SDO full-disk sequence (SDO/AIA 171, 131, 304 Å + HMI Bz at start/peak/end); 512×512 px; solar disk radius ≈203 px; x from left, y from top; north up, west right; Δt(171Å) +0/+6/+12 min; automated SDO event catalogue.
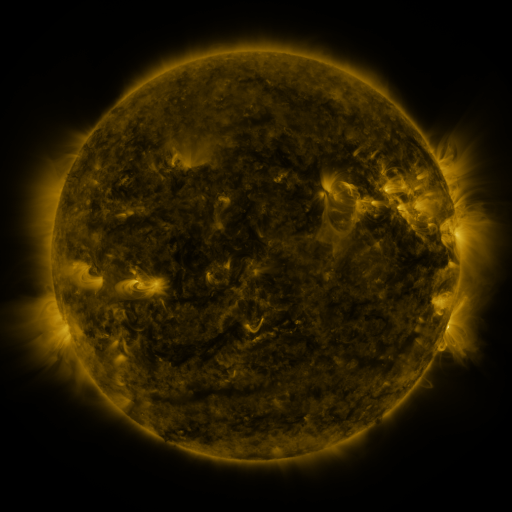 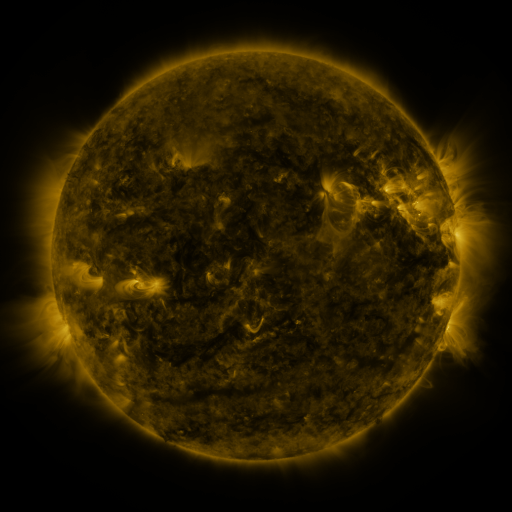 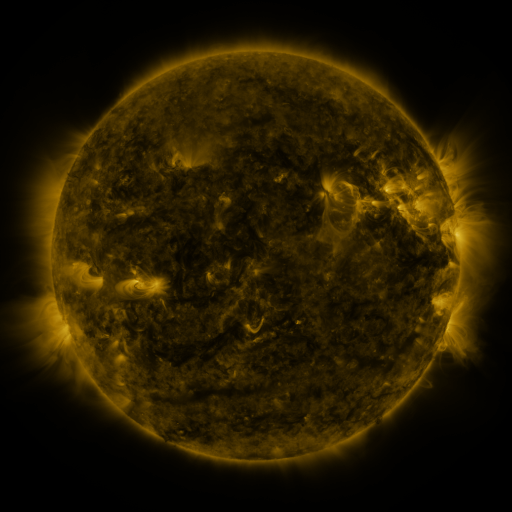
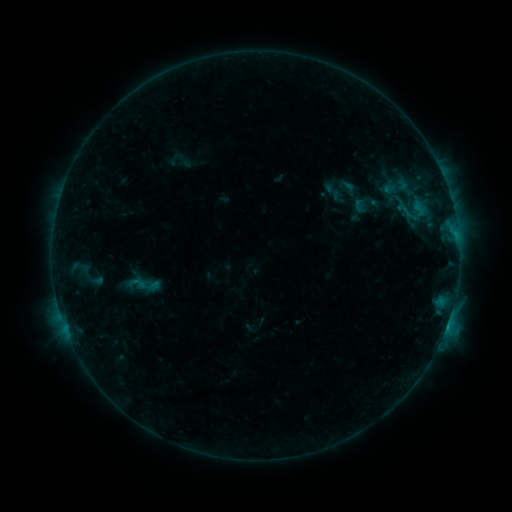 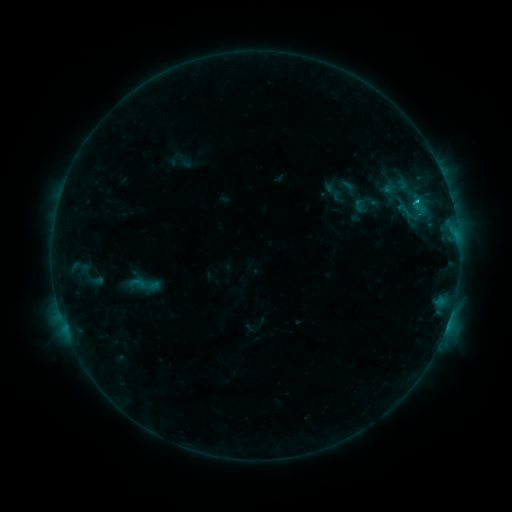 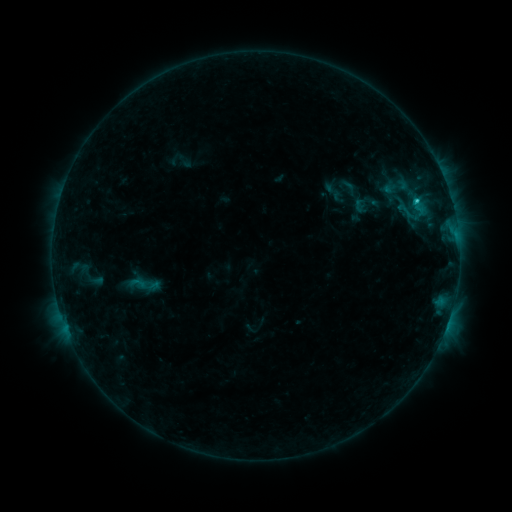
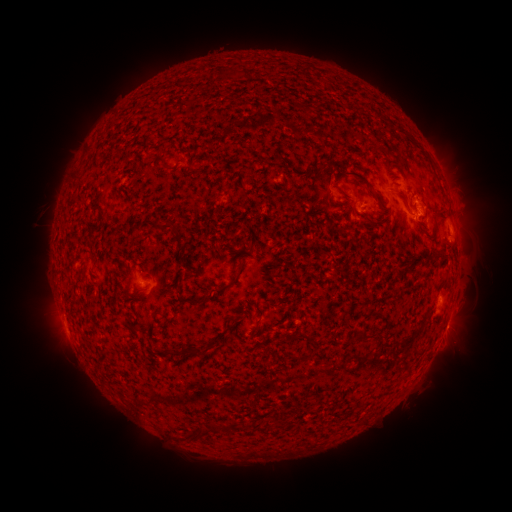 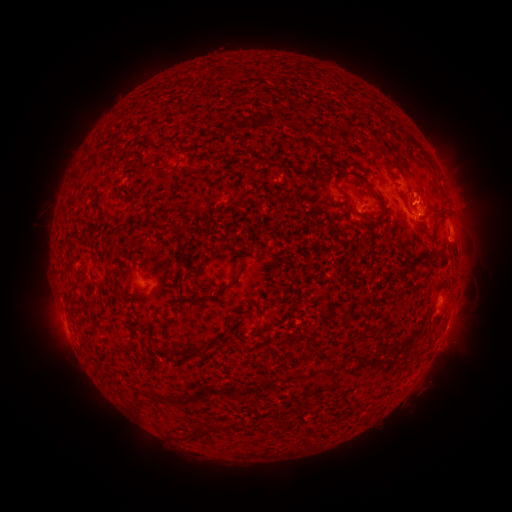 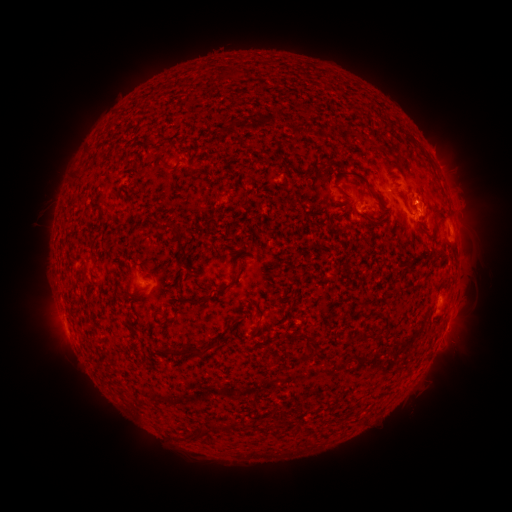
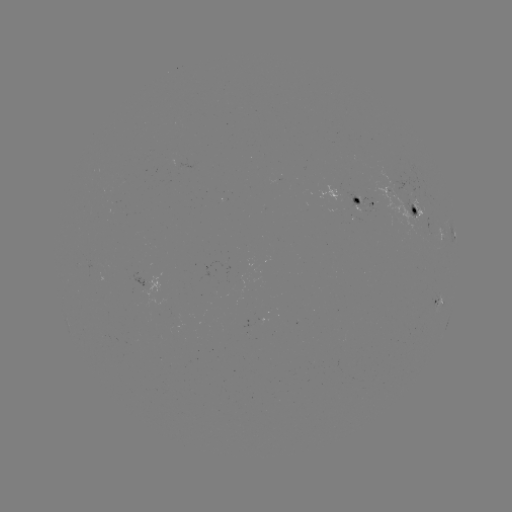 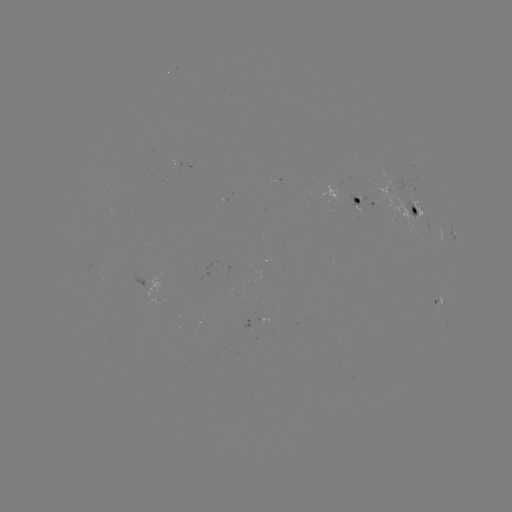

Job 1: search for C1.2 flare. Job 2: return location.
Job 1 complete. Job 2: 415,202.